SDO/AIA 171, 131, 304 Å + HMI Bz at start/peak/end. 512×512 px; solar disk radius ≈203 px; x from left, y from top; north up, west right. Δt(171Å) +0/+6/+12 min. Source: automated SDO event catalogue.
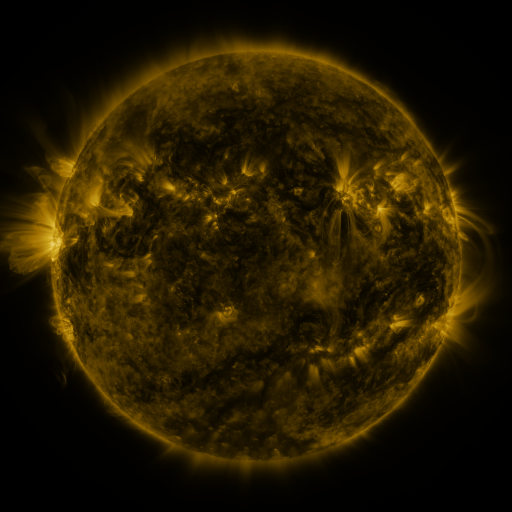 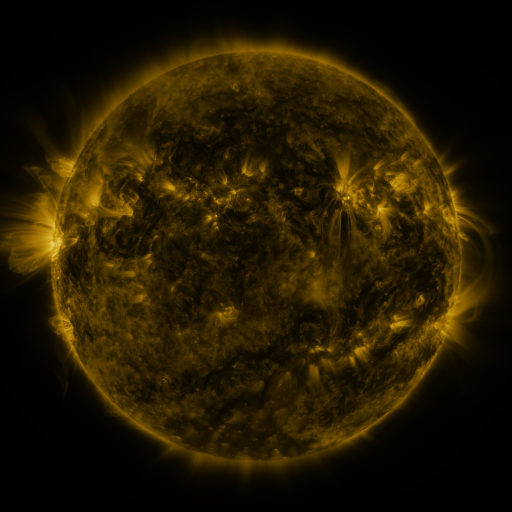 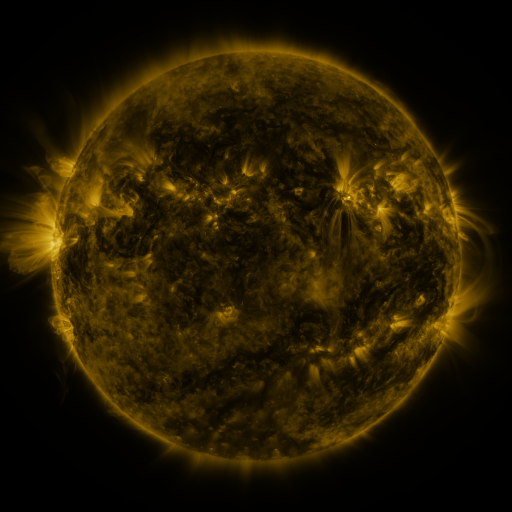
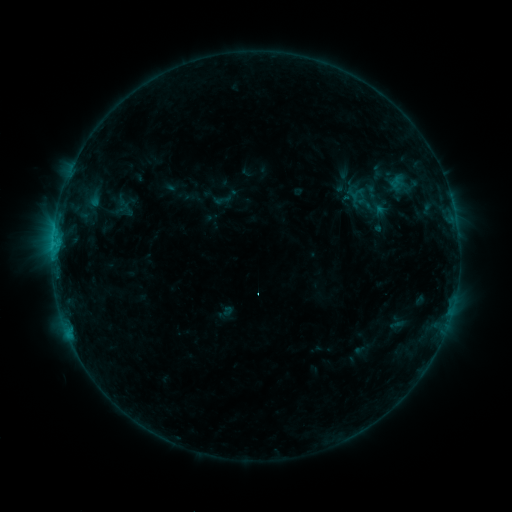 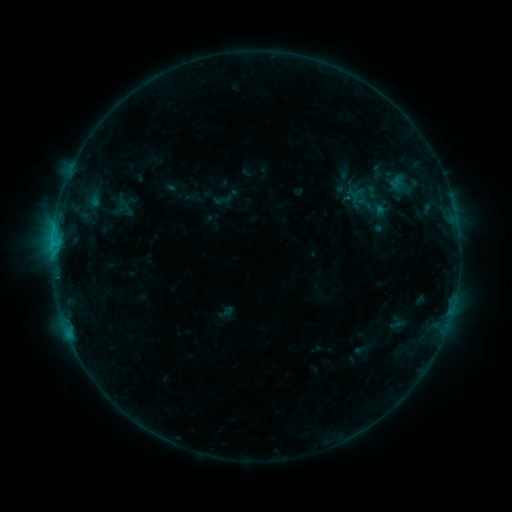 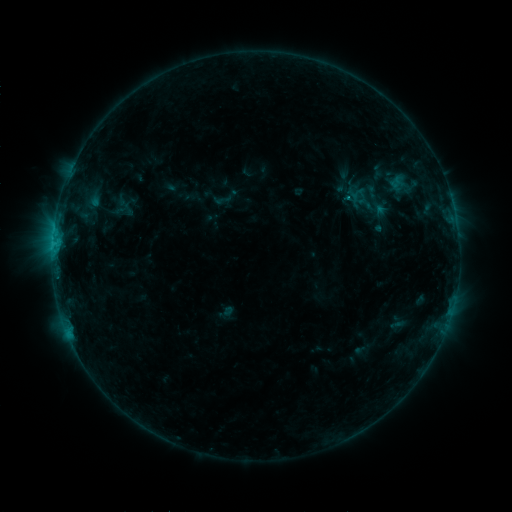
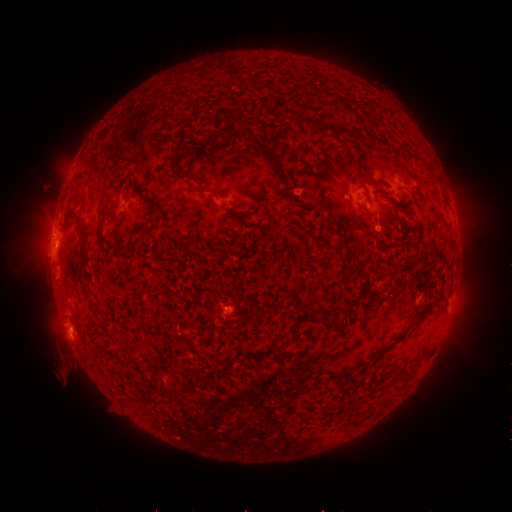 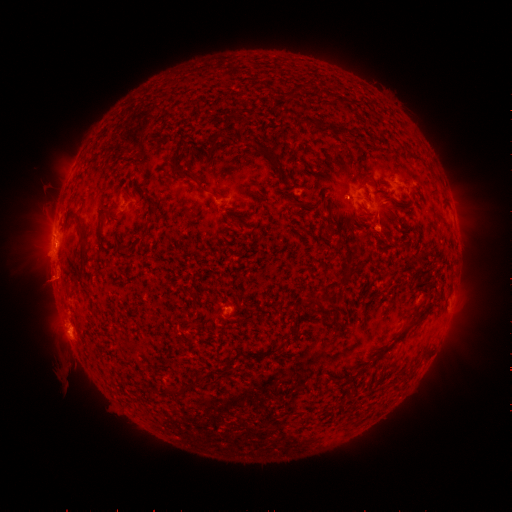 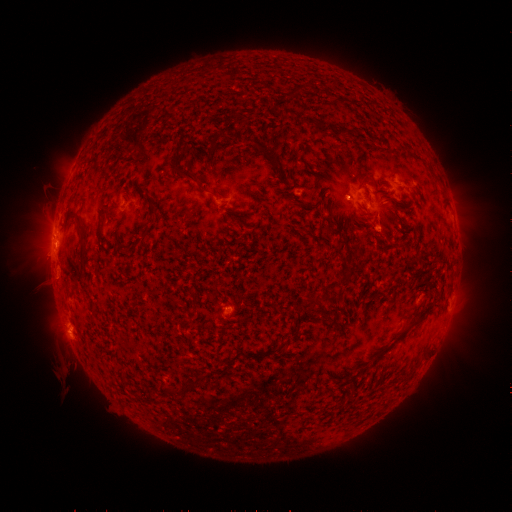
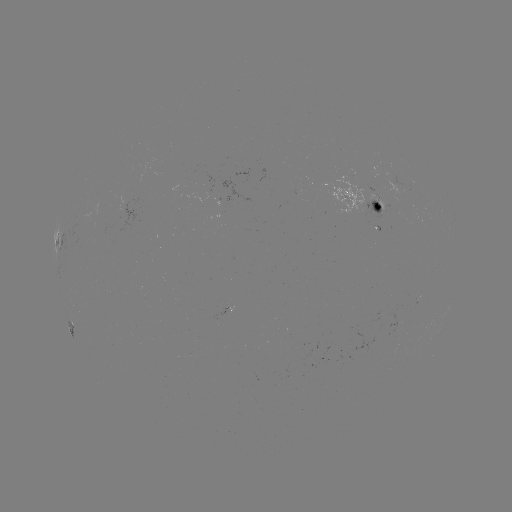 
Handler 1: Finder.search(C1.1 flare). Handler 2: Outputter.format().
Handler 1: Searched C1.1 flare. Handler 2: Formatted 348,198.